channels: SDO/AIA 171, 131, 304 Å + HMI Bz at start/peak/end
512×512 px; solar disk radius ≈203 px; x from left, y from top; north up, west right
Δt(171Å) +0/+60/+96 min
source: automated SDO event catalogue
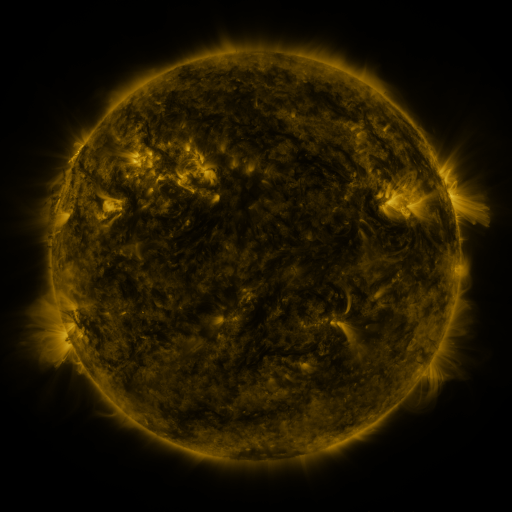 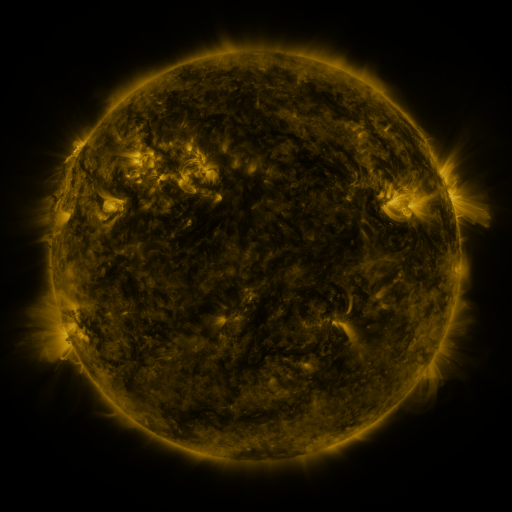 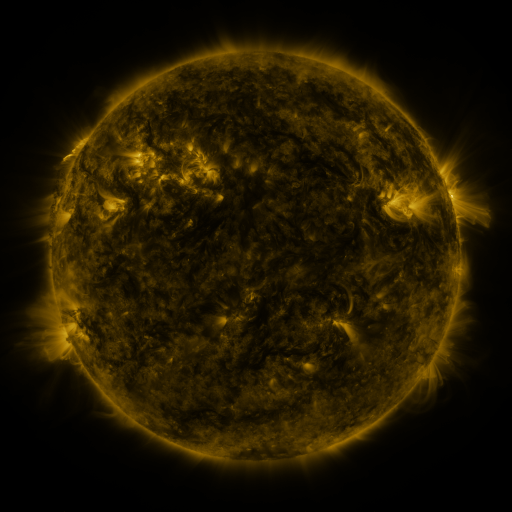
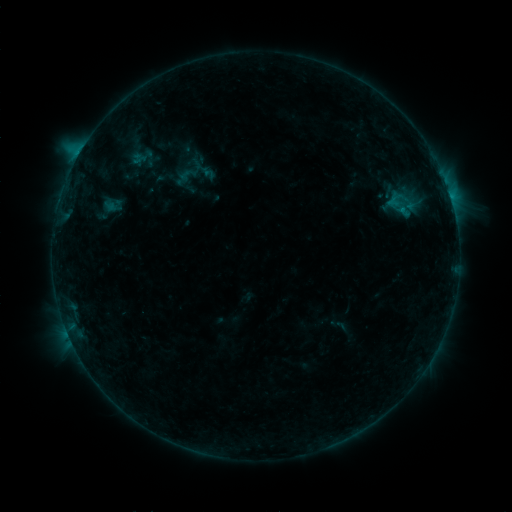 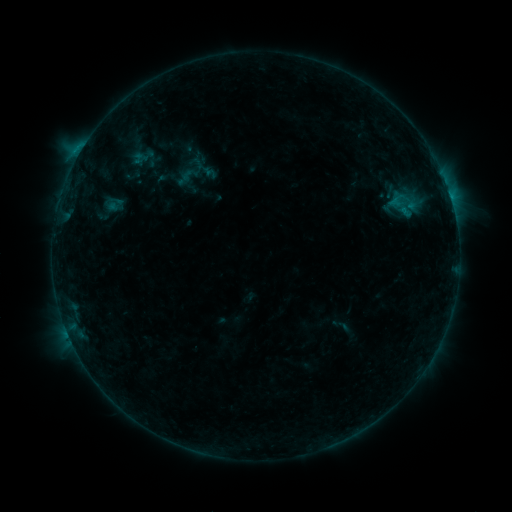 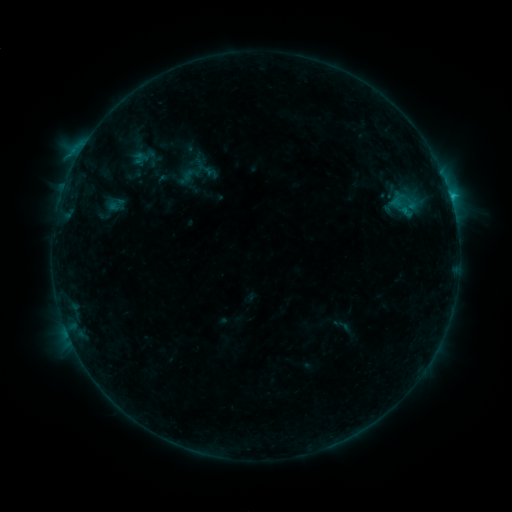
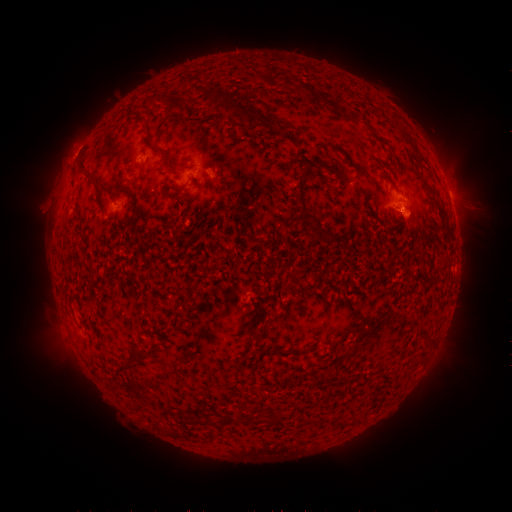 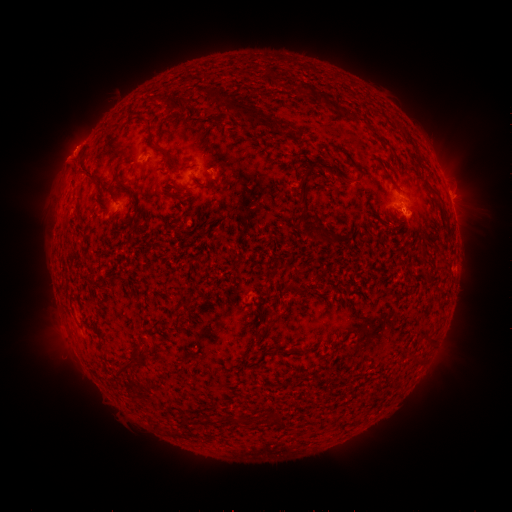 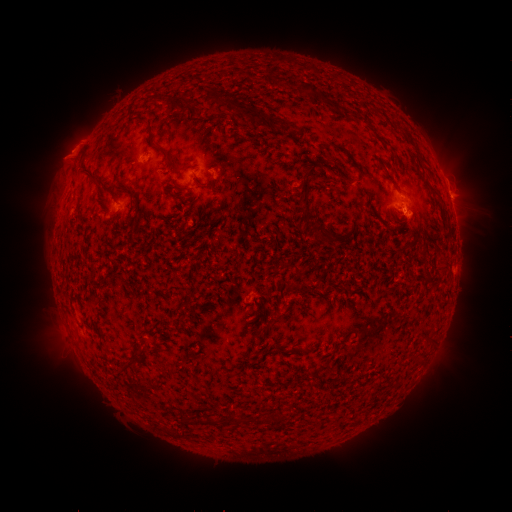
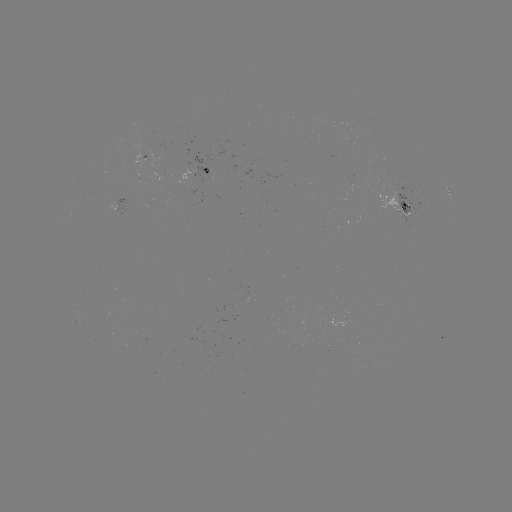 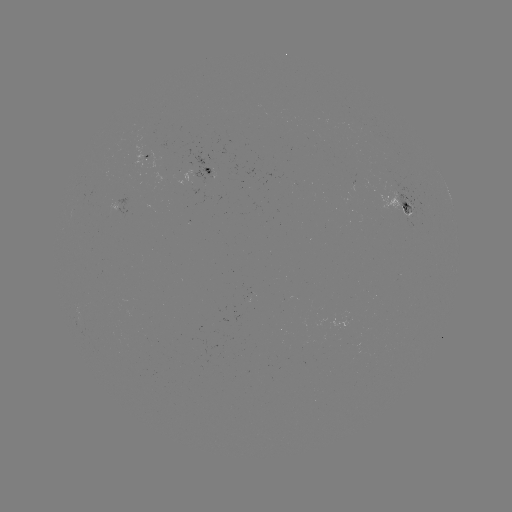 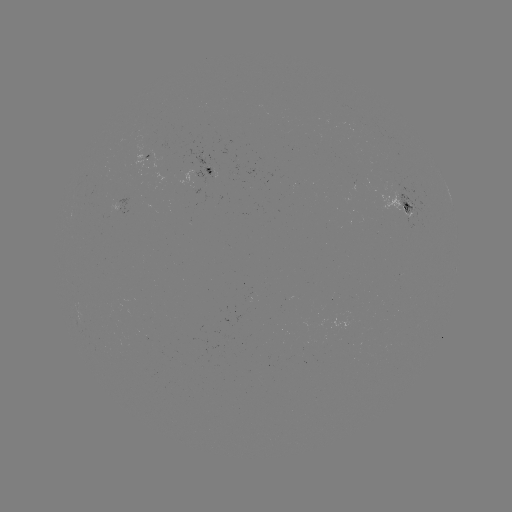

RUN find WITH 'emerging-flux region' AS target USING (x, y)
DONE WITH (398, 187) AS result